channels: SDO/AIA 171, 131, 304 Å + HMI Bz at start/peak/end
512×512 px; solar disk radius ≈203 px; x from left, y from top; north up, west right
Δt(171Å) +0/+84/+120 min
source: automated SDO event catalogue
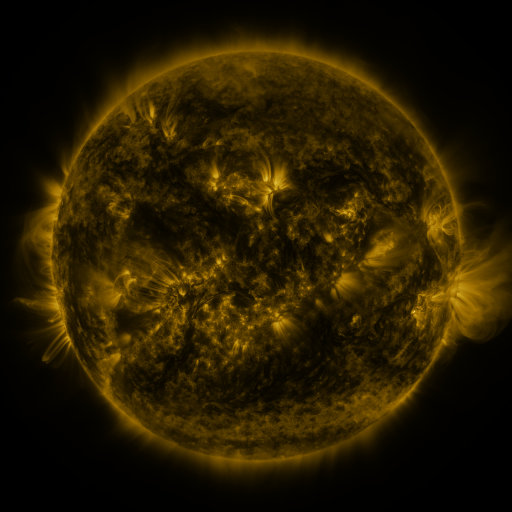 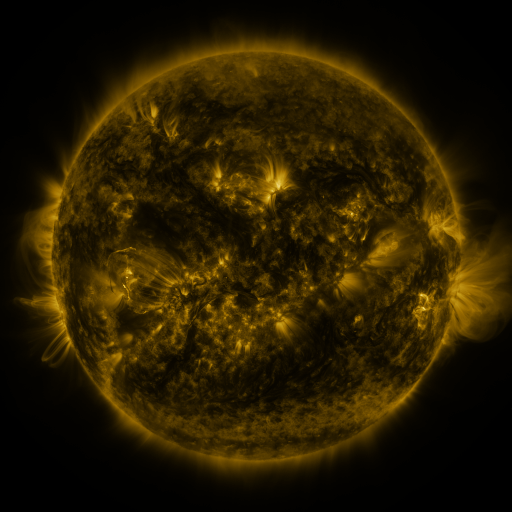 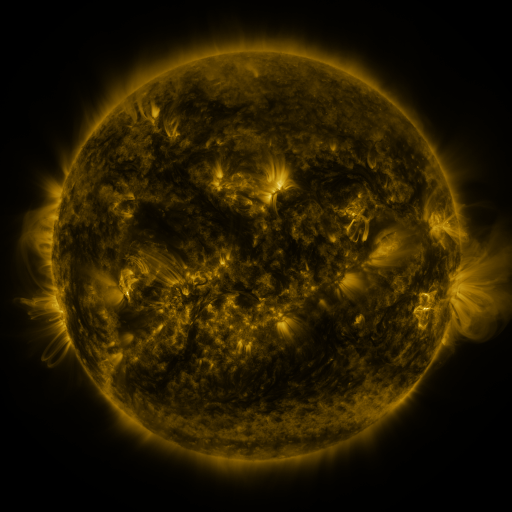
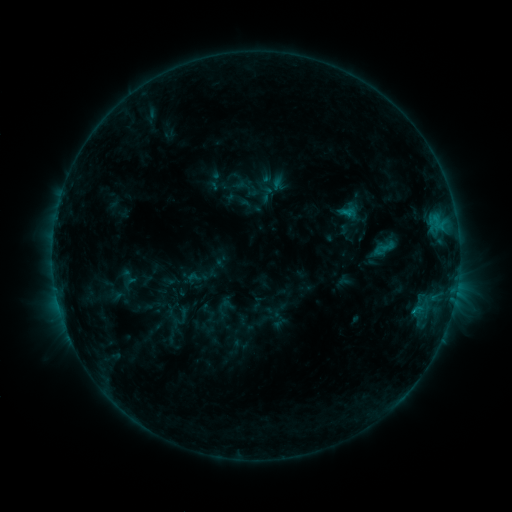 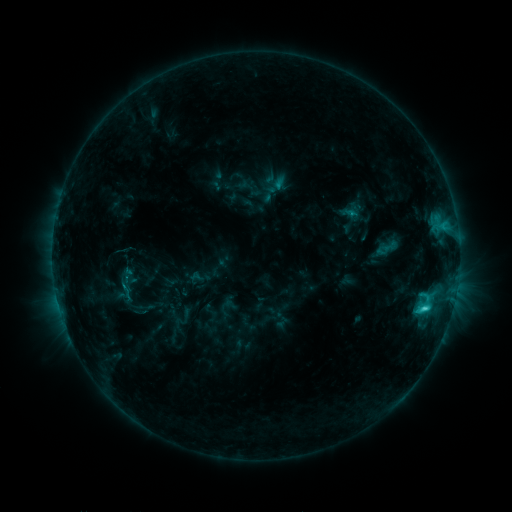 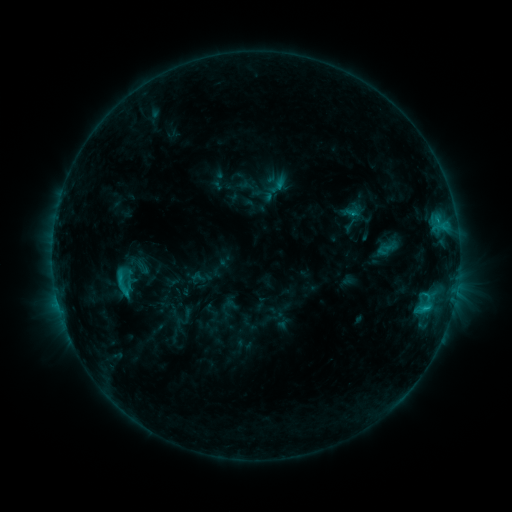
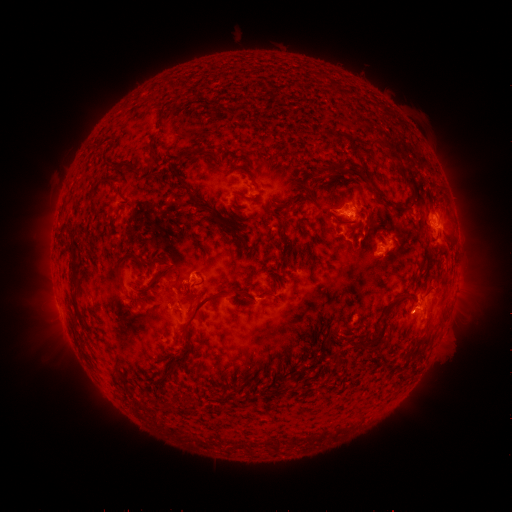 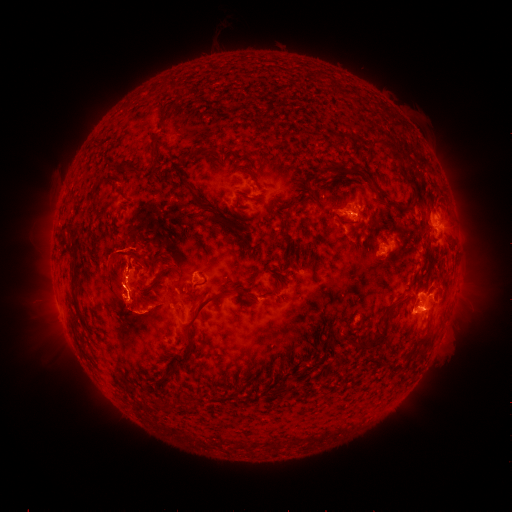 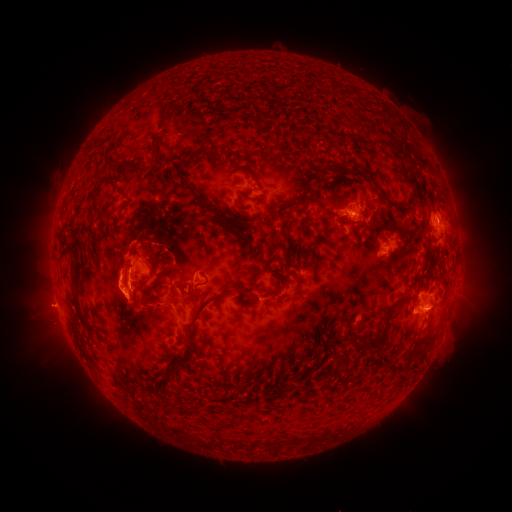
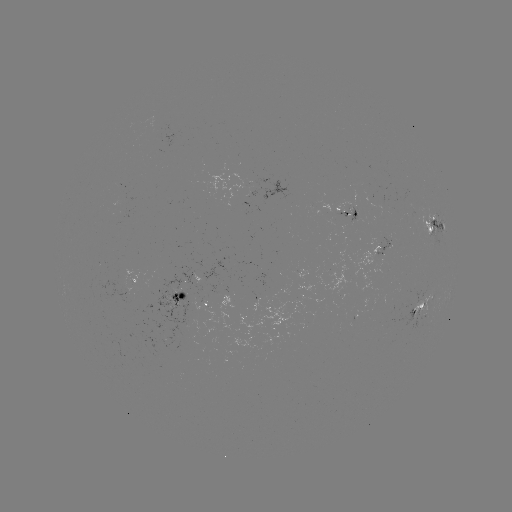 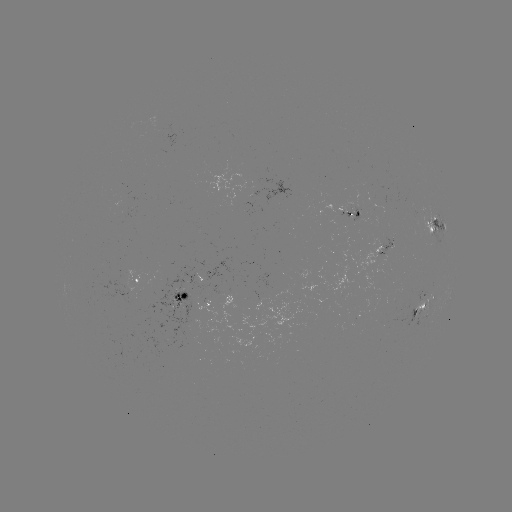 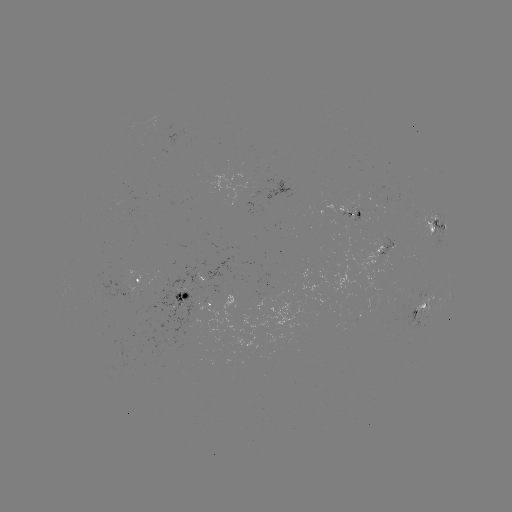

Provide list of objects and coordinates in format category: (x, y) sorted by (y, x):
emerging-flux region: (412, 215)
